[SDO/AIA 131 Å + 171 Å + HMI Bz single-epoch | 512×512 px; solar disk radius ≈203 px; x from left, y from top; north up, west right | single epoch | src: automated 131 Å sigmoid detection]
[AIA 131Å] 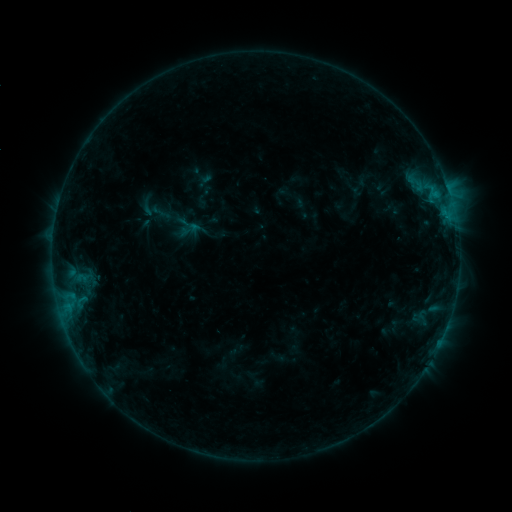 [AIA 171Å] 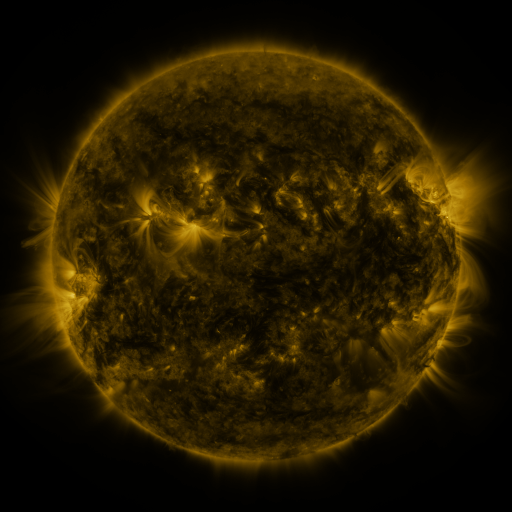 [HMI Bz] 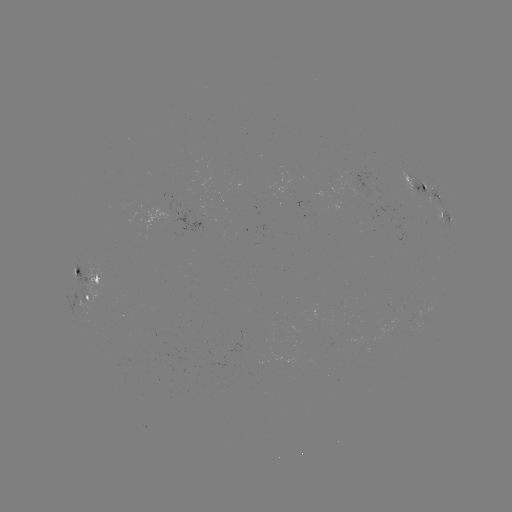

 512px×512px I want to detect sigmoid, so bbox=[138, 197, 157, 217].